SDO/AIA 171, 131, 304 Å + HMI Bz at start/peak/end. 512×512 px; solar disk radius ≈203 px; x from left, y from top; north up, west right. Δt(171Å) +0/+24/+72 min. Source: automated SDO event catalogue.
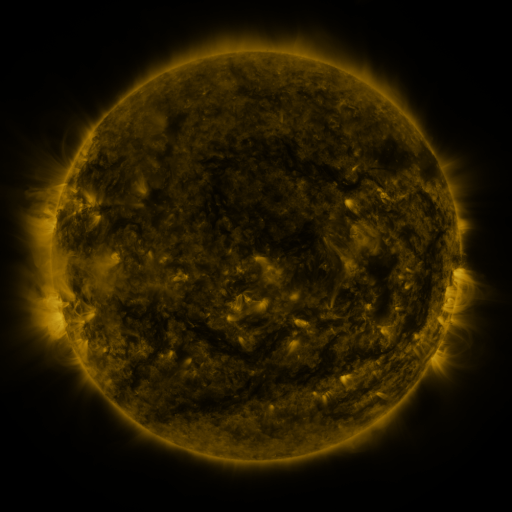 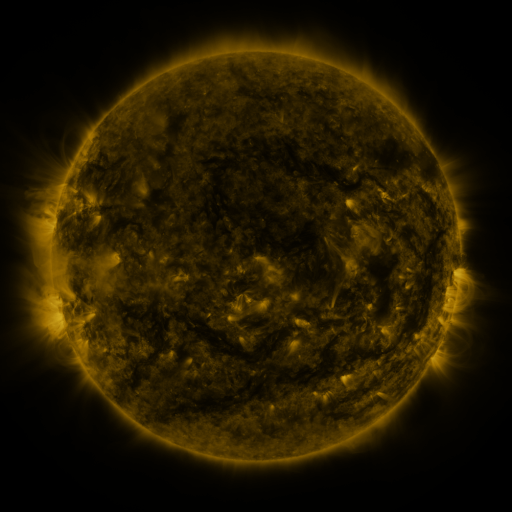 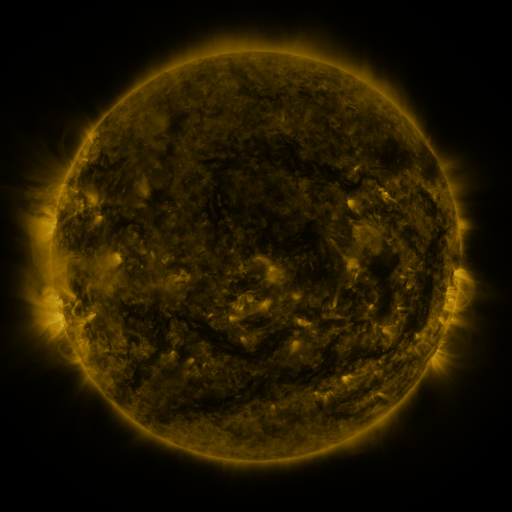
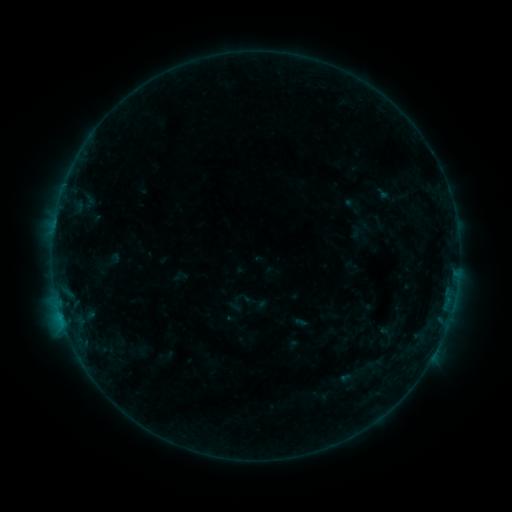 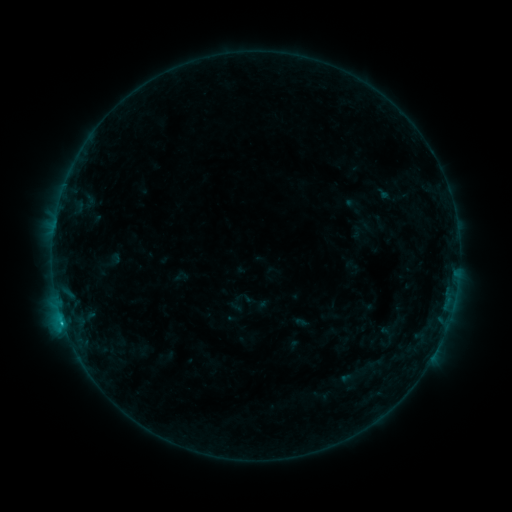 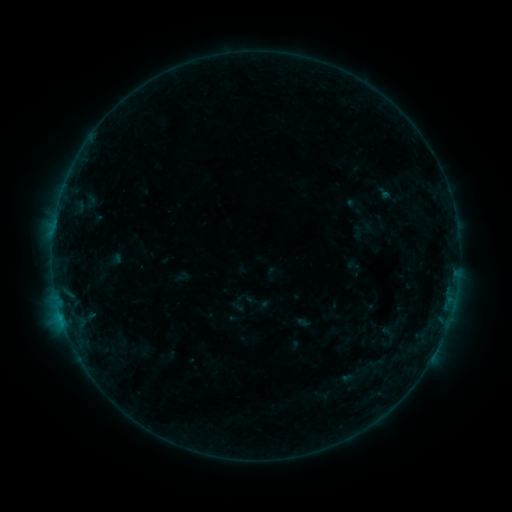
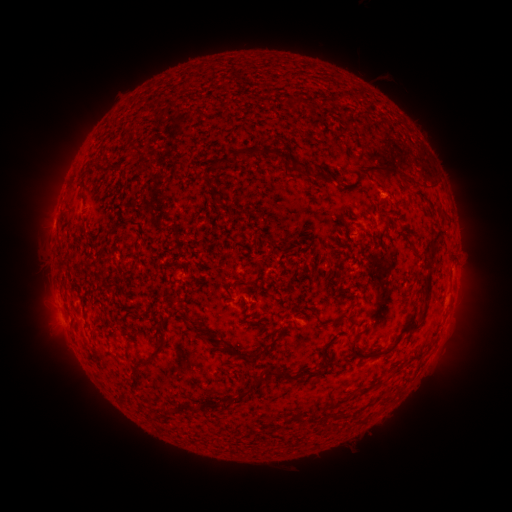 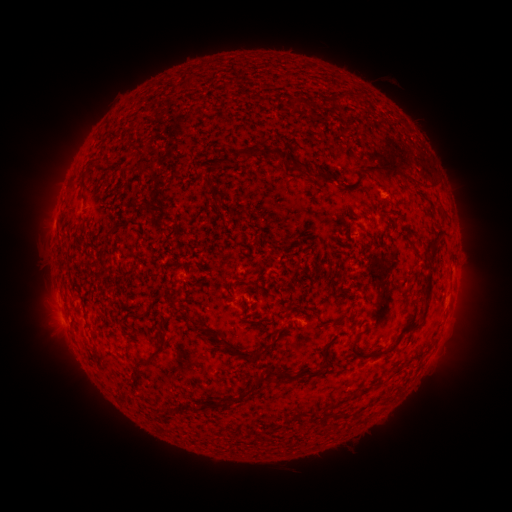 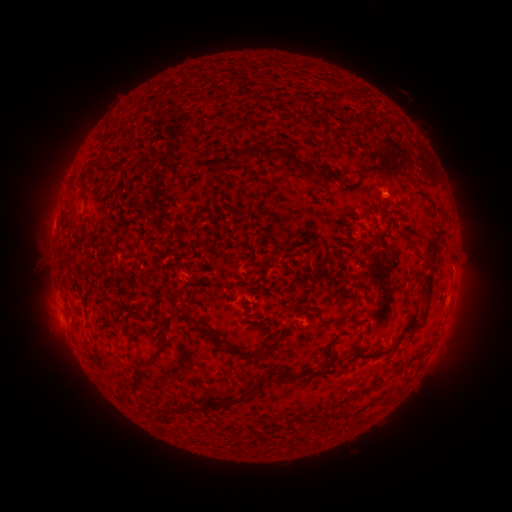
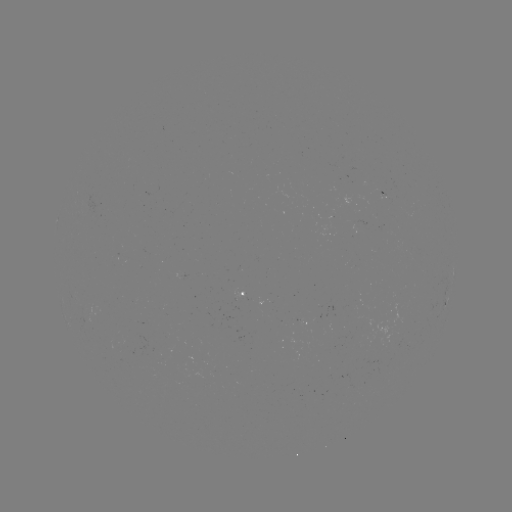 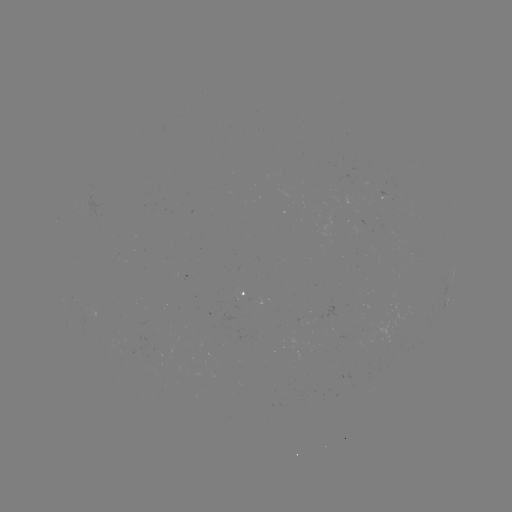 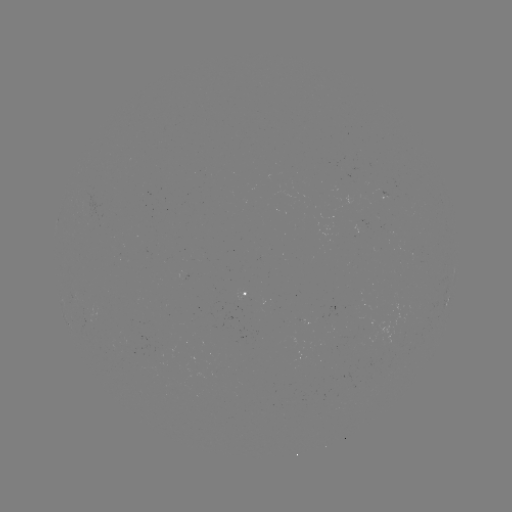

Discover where B6.1 flare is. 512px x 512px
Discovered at (63, 319).